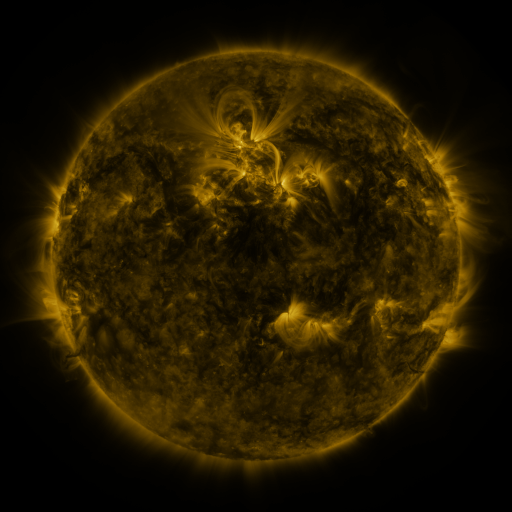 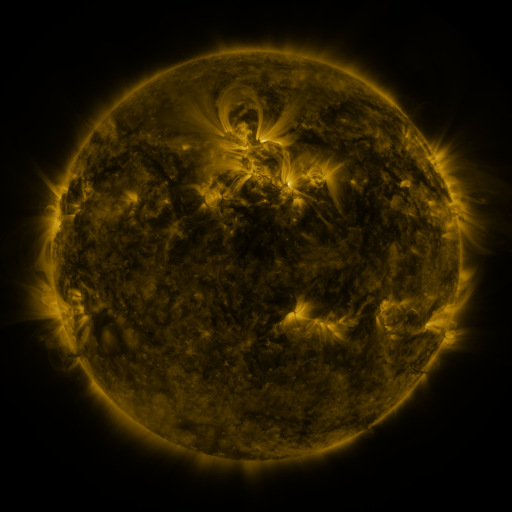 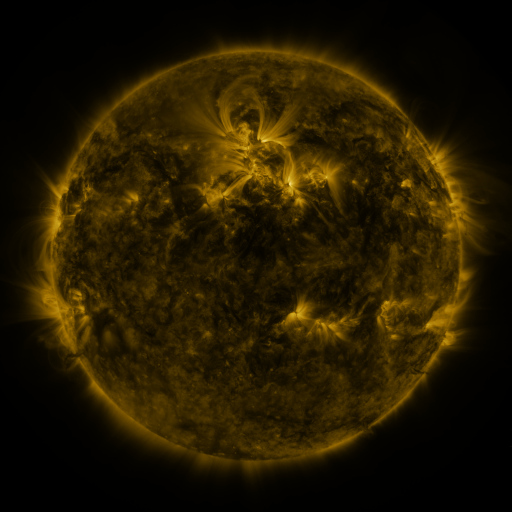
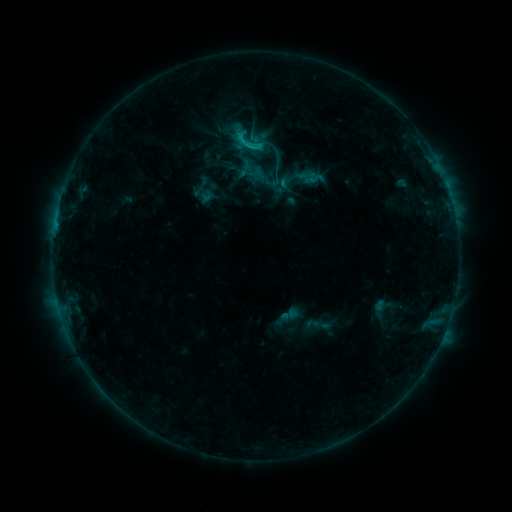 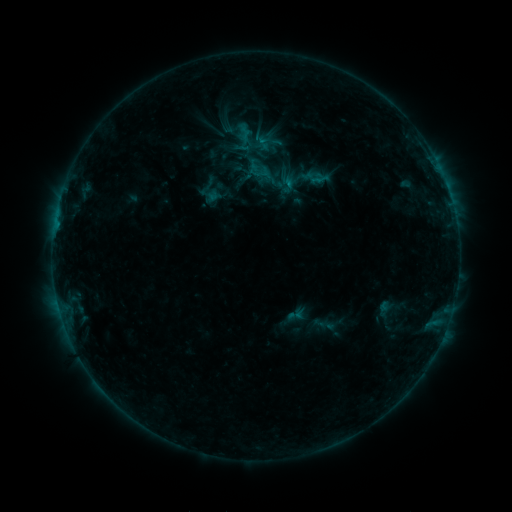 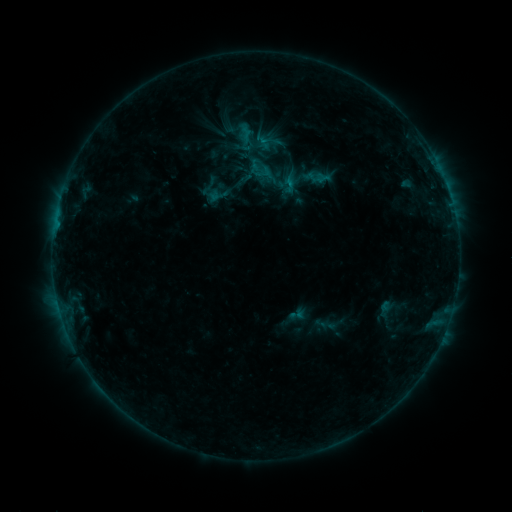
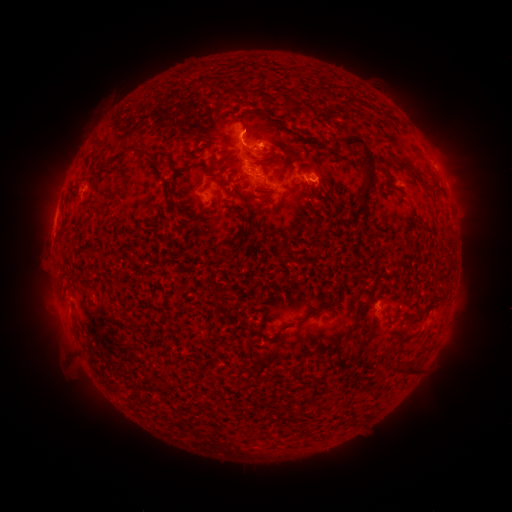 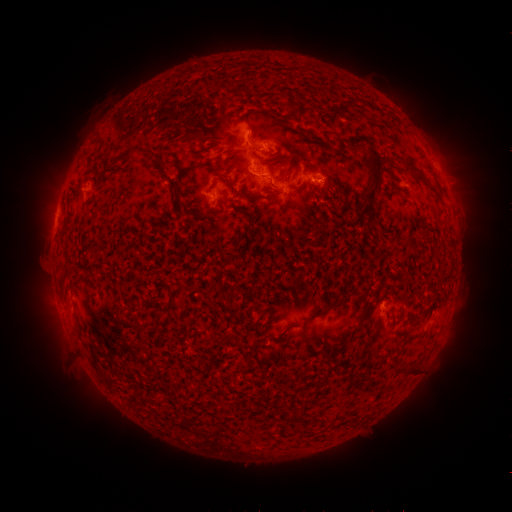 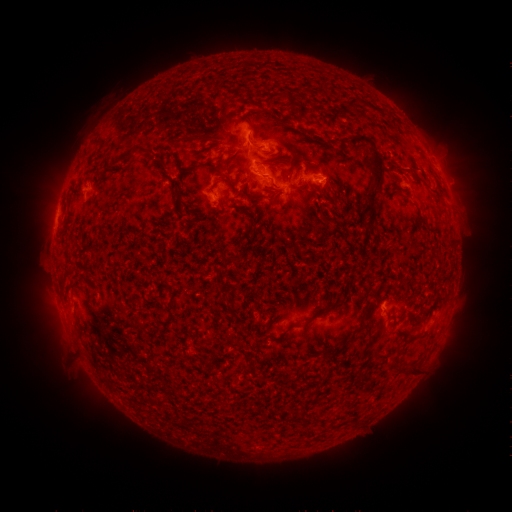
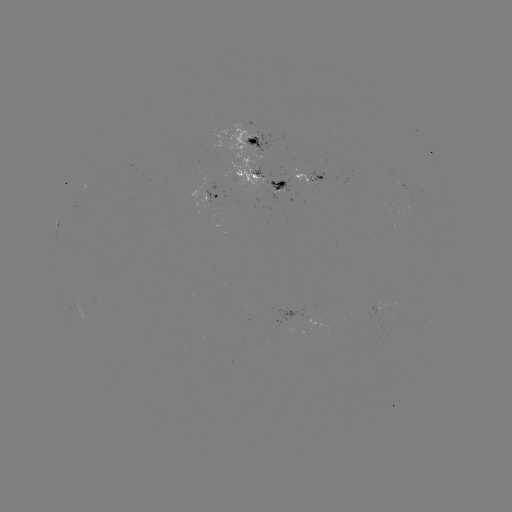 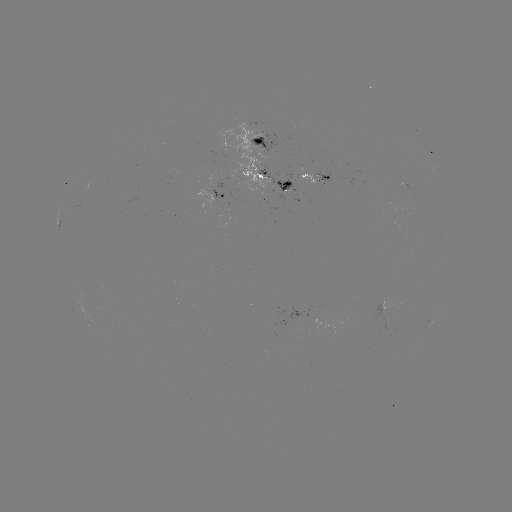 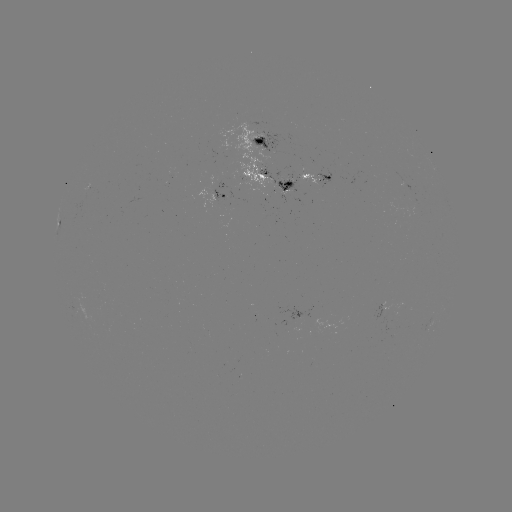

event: emerging-flux region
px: (297, 172)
